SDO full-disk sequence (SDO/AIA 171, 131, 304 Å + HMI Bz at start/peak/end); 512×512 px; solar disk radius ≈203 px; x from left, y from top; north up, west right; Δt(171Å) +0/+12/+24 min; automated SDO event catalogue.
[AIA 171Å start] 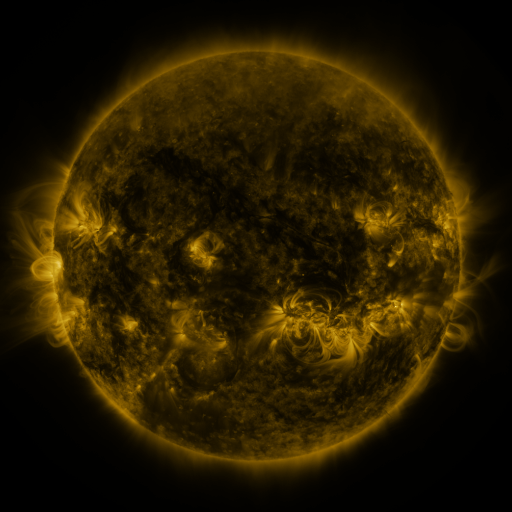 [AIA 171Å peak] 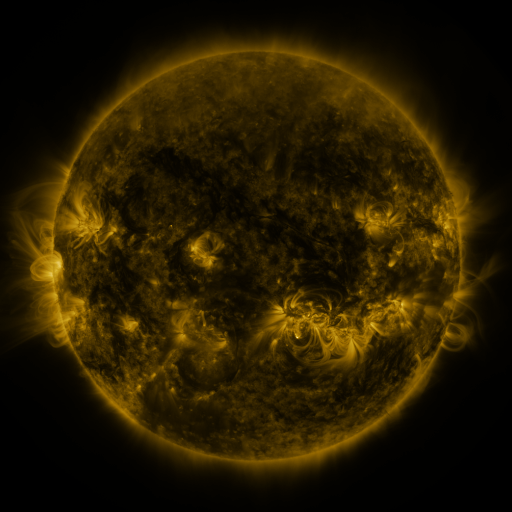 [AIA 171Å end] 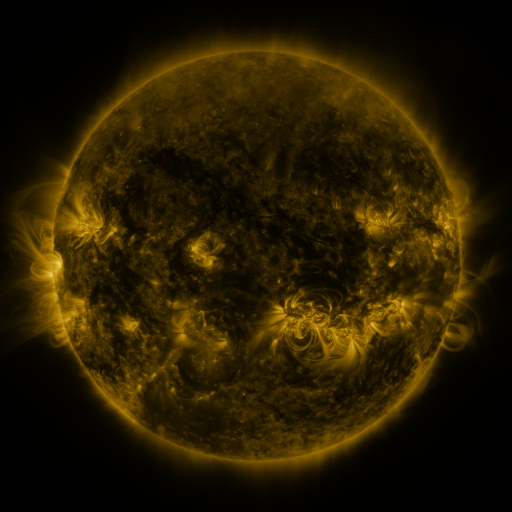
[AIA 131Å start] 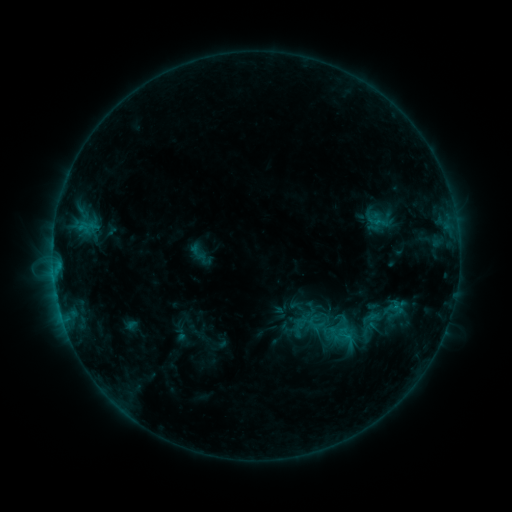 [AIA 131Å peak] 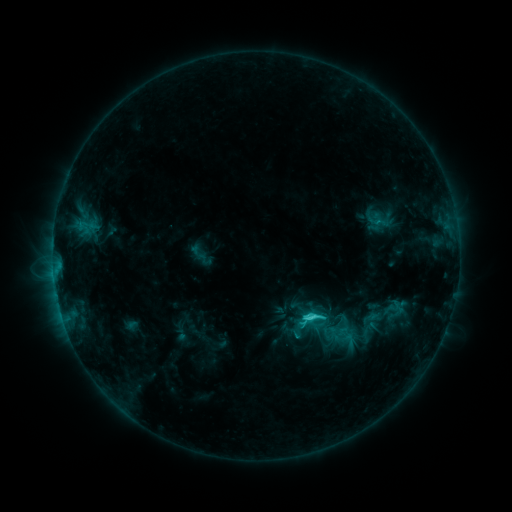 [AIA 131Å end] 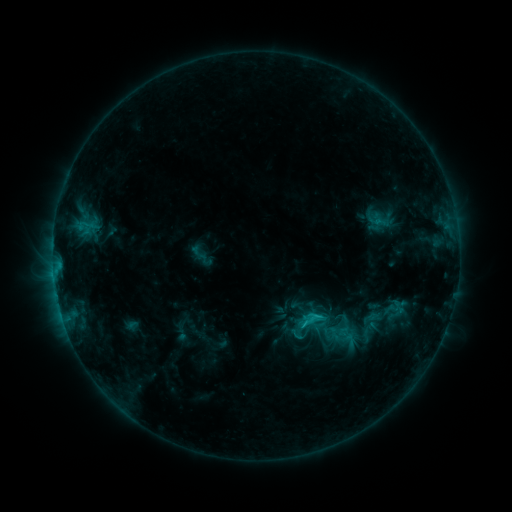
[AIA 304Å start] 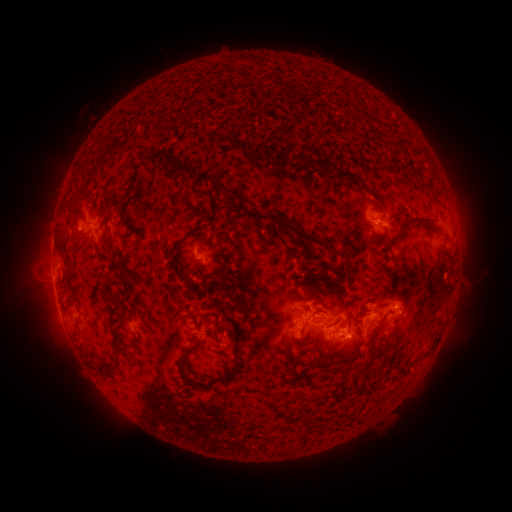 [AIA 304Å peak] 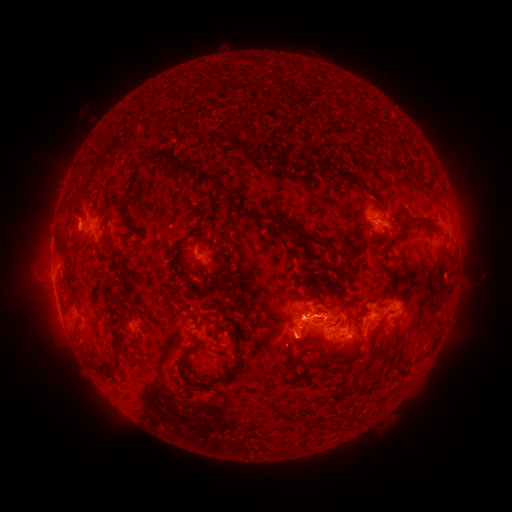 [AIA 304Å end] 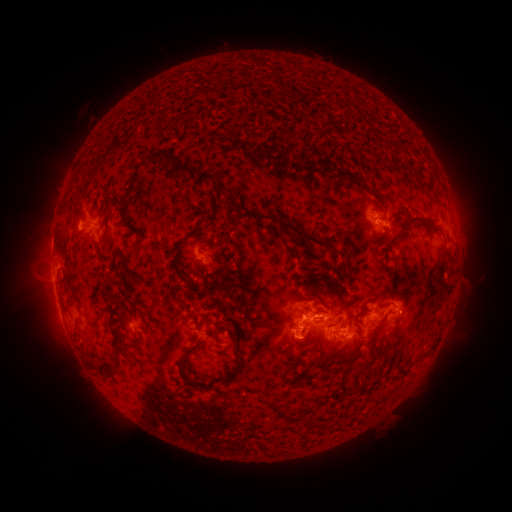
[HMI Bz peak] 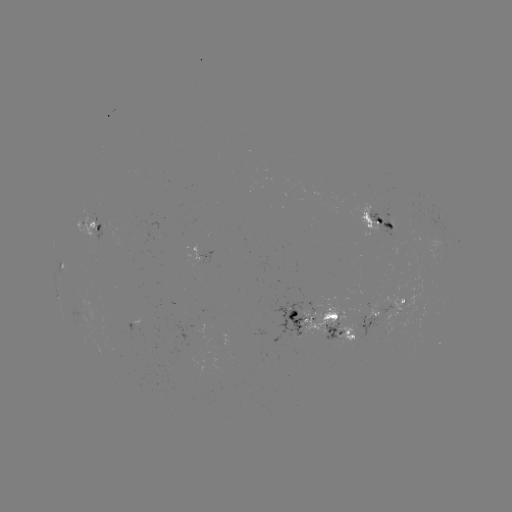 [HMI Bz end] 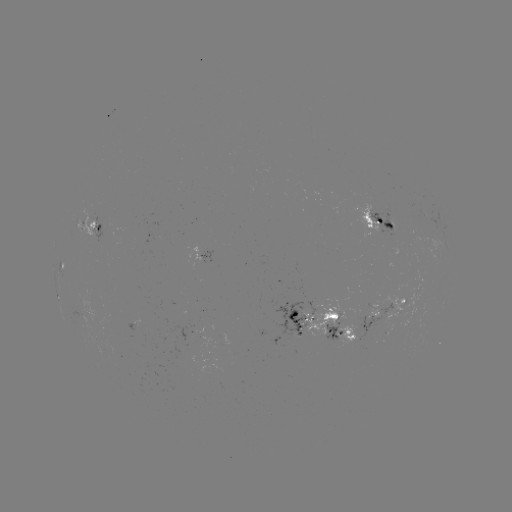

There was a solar flare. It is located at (311, 314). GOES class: C3.4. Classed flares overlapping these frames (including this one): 1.